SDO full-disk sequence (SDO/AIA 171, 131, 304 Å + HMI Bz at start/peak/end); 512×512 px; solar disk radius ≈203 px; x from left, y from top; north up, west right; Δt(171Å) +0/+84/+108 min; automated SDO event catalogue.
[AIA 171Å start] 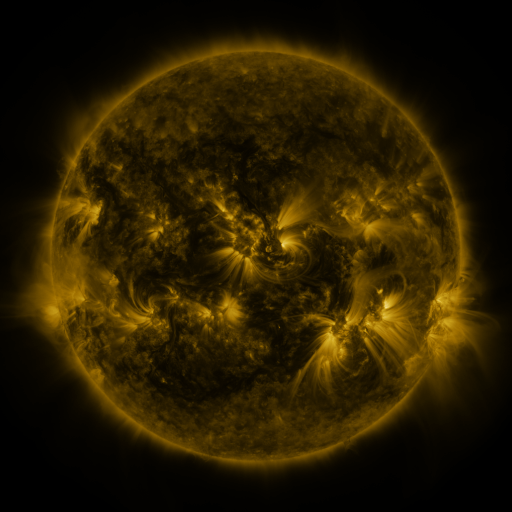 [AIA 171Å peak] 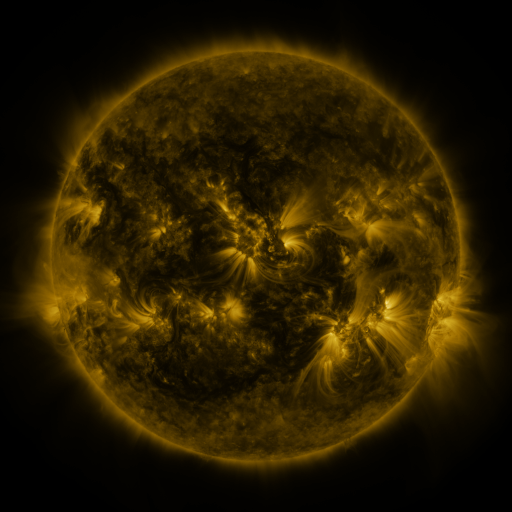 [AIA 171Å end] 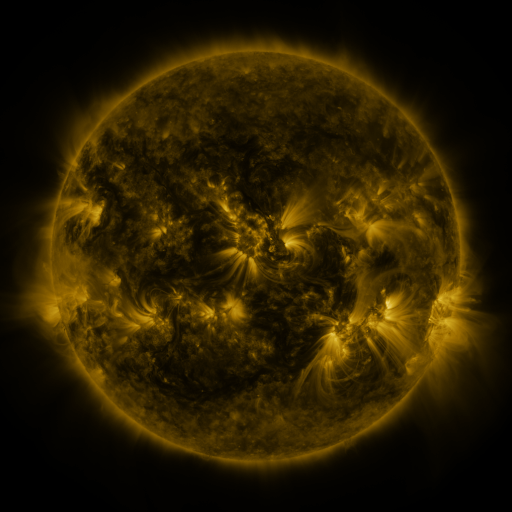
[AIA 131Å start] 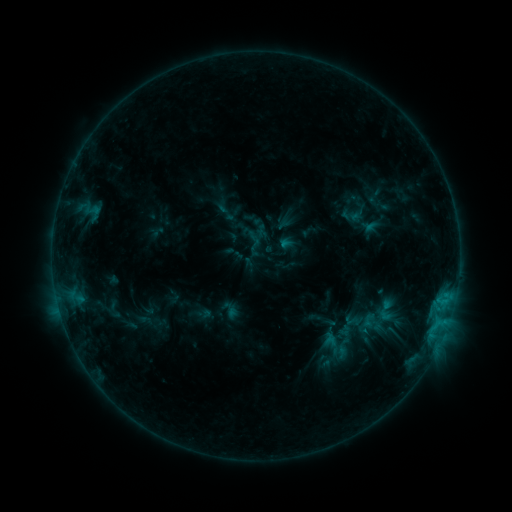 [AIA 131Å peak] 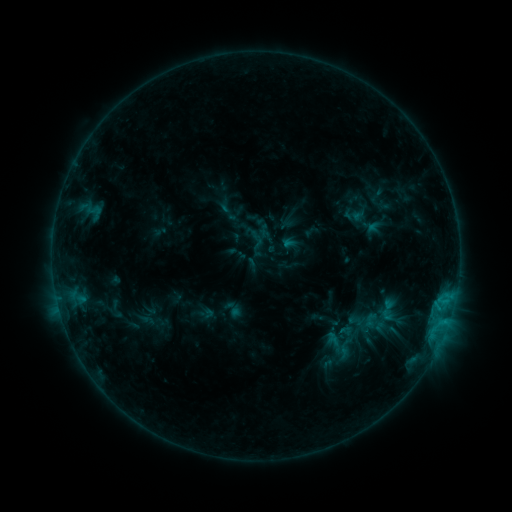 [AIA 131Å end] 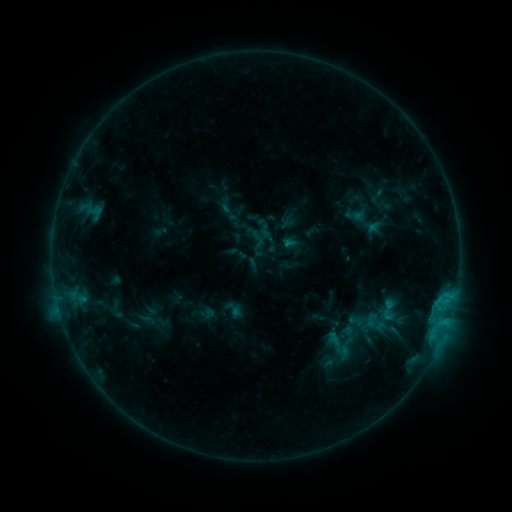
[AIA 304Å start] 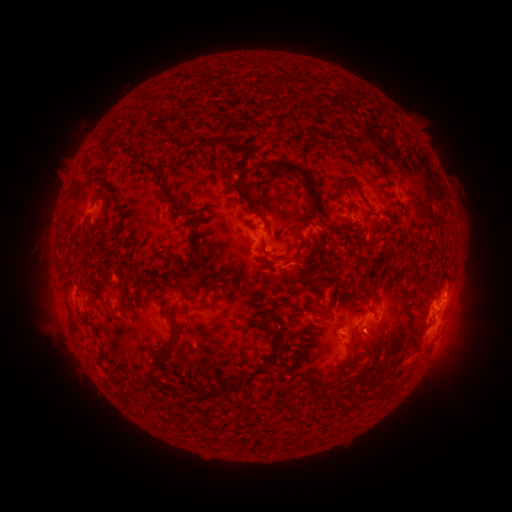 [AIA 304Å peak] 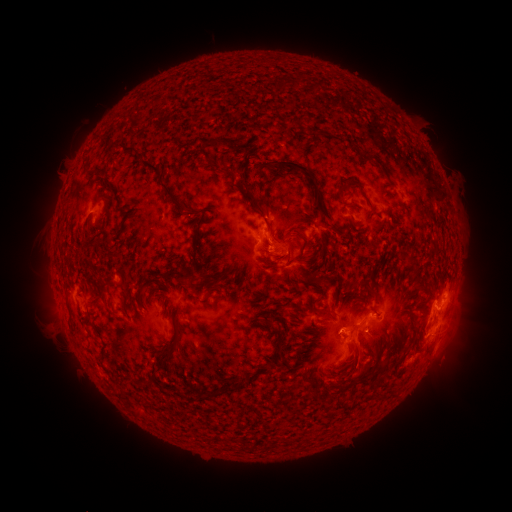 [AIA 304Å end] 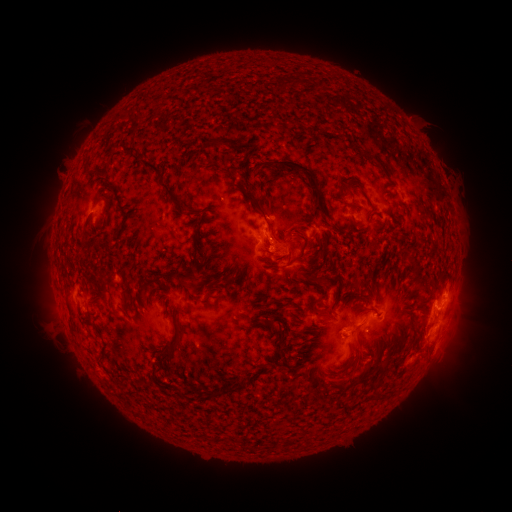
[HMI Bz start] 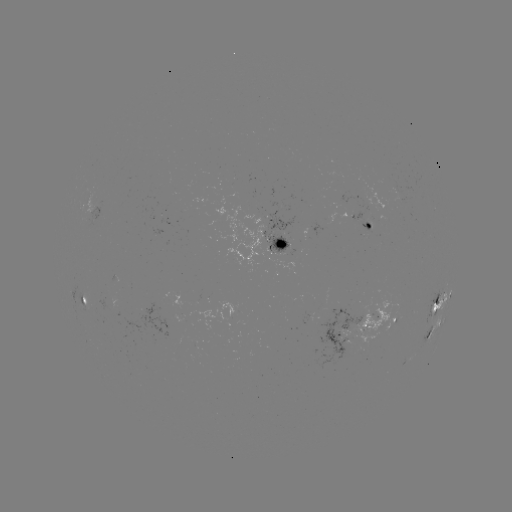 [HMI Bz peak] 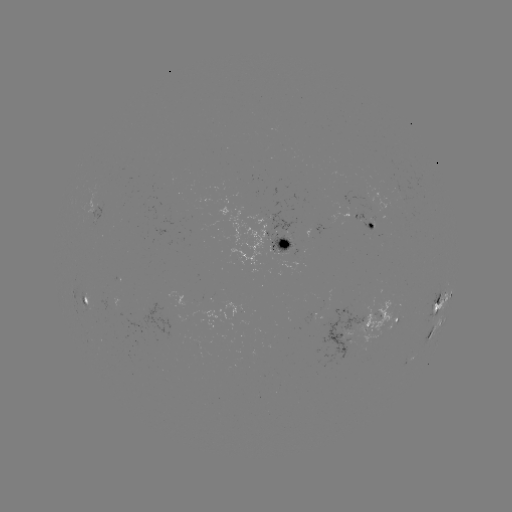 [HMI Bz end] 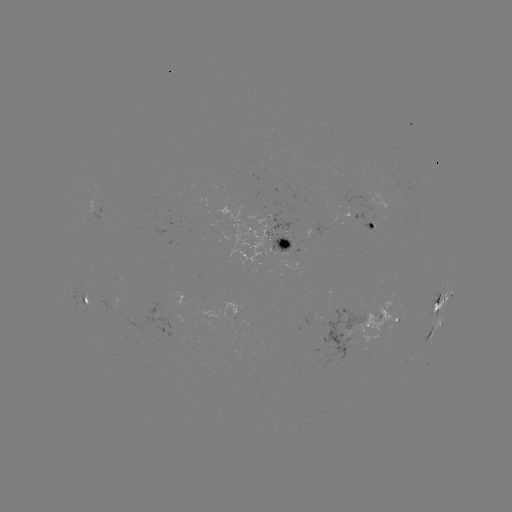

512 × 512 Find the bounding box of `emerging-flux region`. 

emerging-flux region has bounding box [83, 186, 94, 222].